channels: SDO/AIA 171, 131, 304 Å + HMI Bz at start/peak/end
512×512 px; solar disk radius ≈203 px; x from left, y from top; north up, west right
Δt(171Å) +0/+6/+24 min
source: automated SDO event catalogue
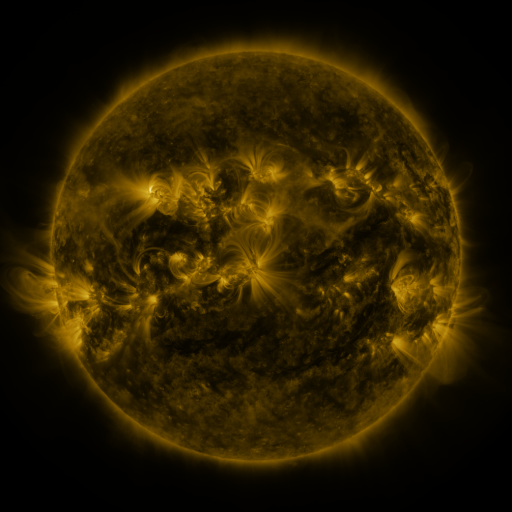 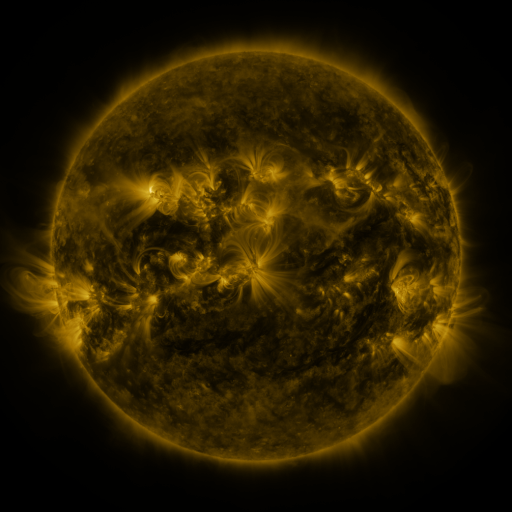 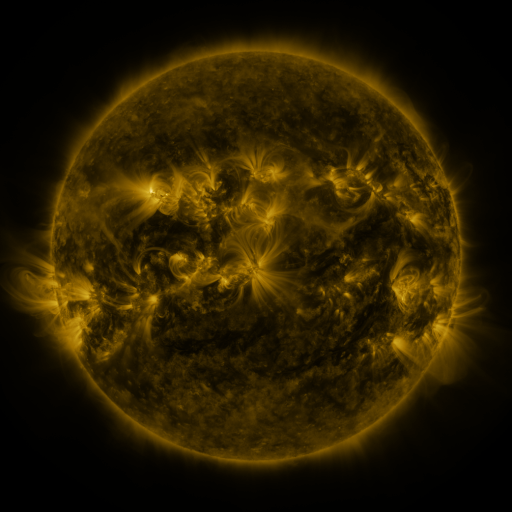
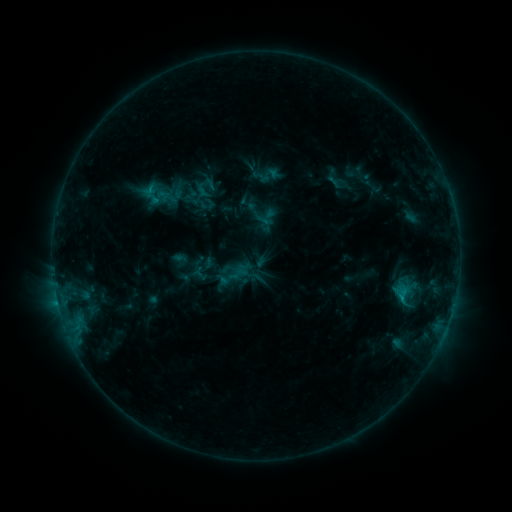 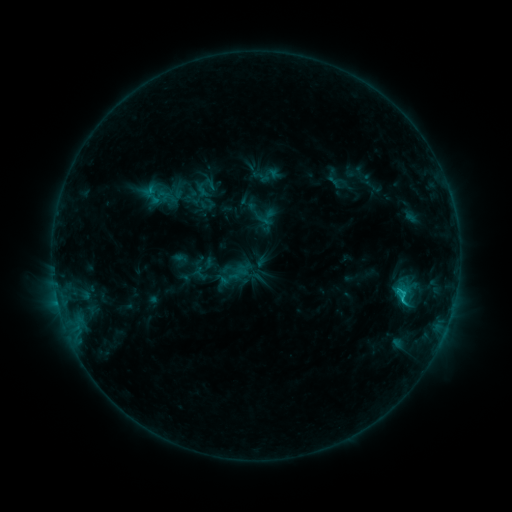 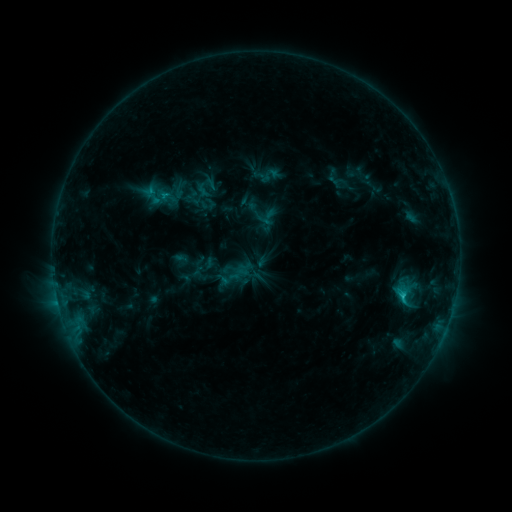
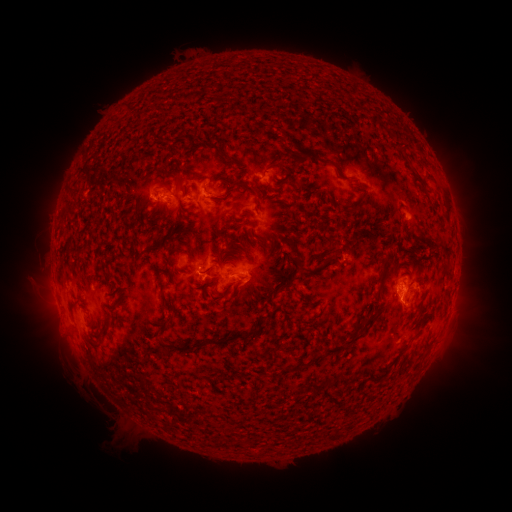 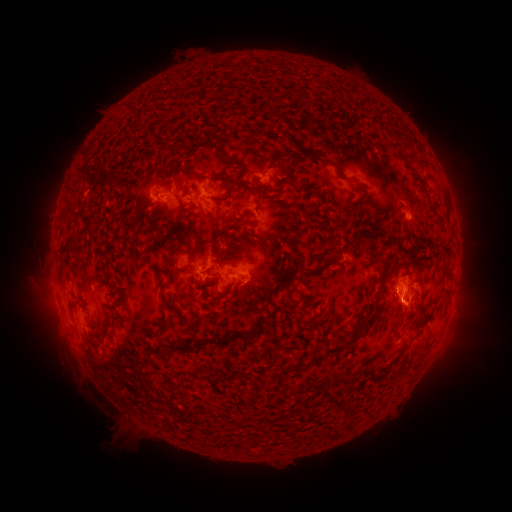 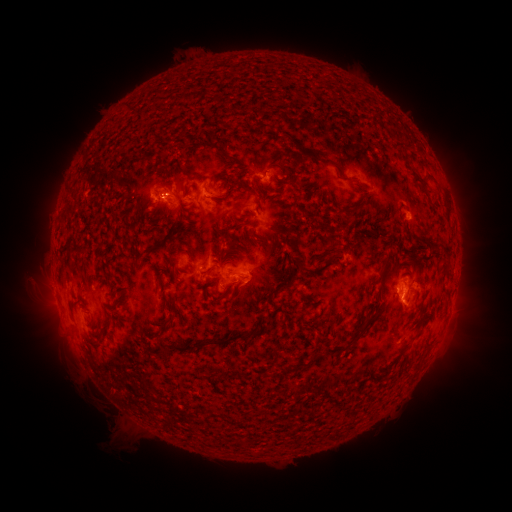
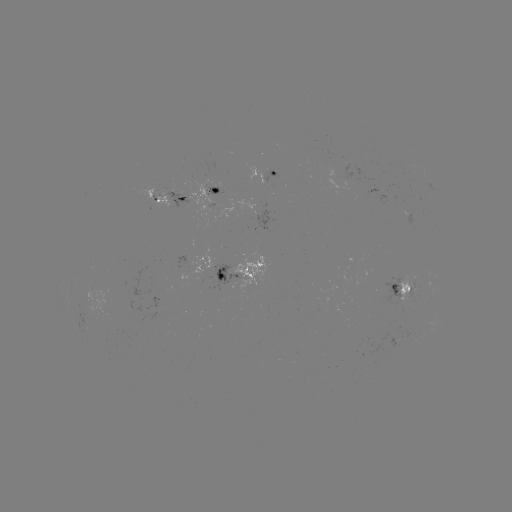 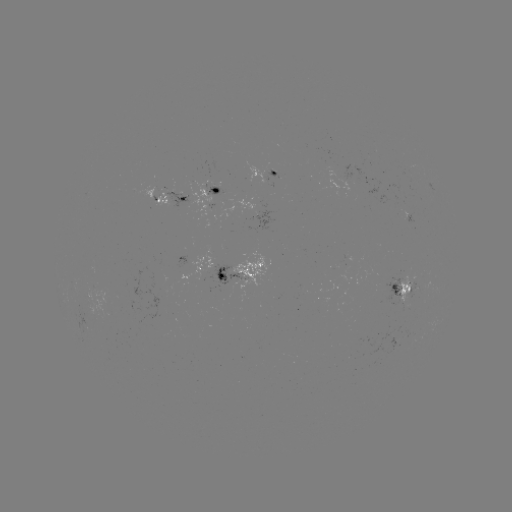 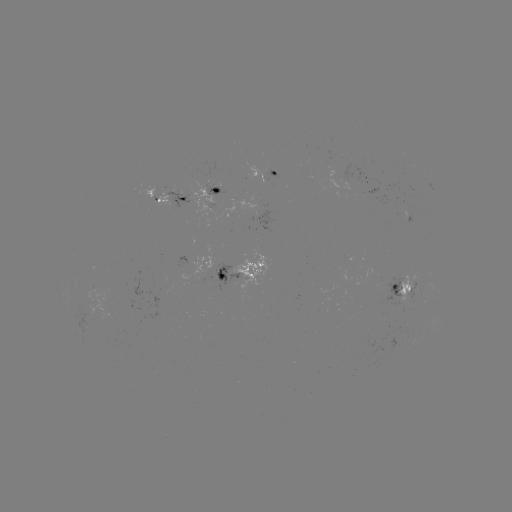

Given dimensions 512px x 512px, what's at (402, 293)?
C1.6 flare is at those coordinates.